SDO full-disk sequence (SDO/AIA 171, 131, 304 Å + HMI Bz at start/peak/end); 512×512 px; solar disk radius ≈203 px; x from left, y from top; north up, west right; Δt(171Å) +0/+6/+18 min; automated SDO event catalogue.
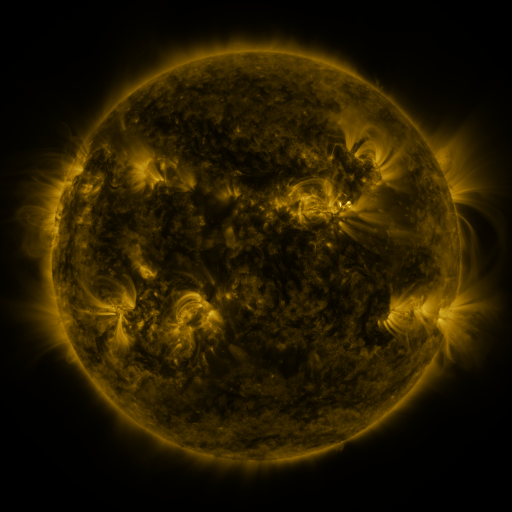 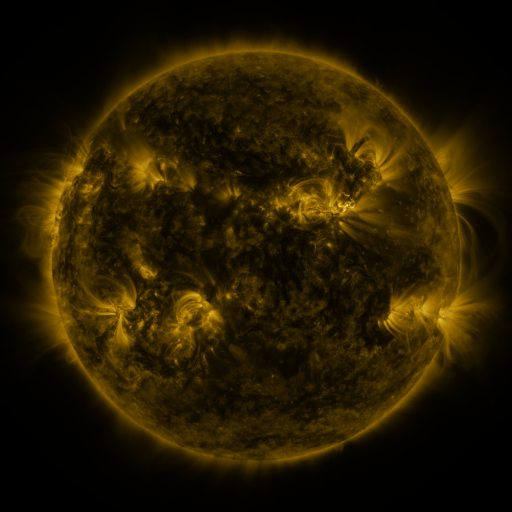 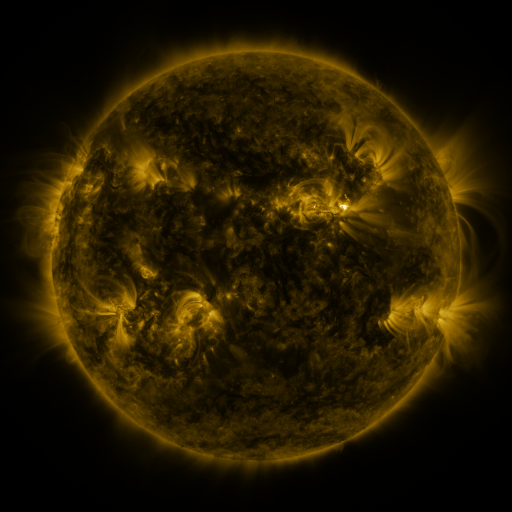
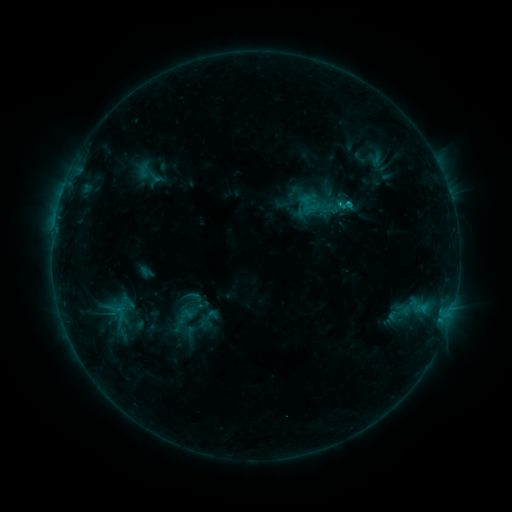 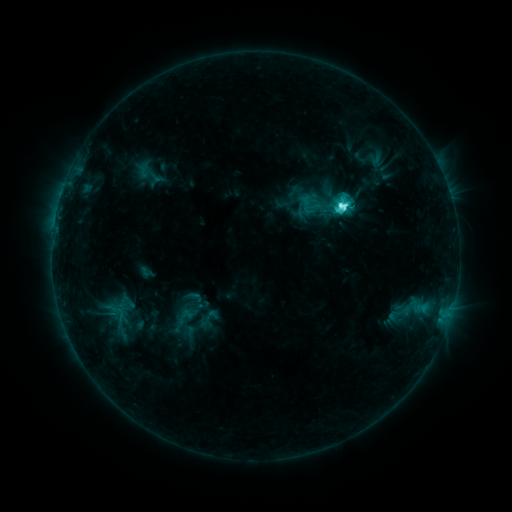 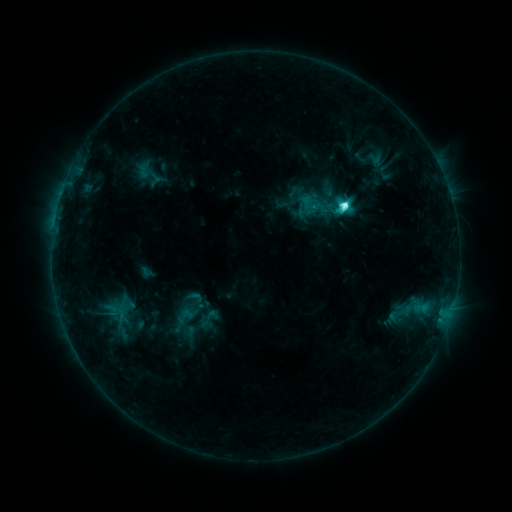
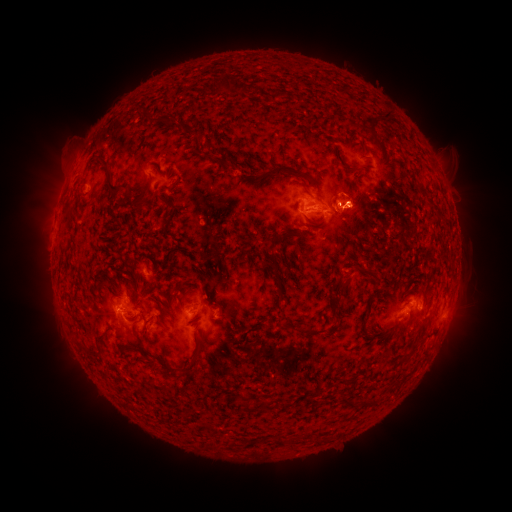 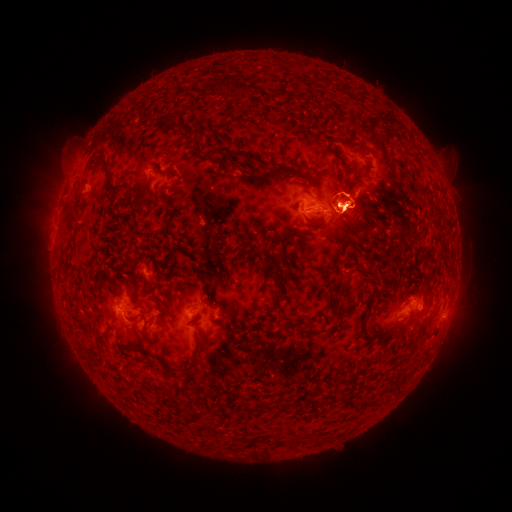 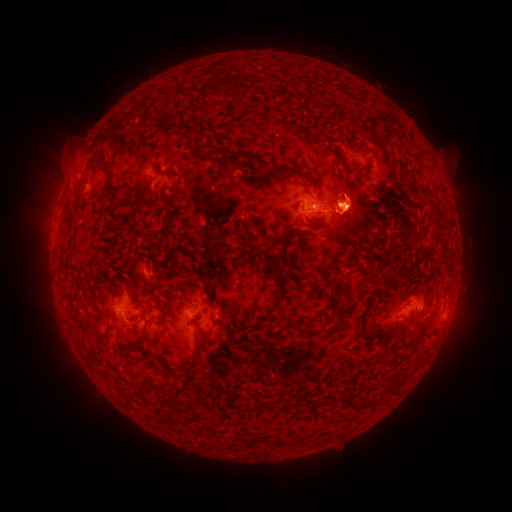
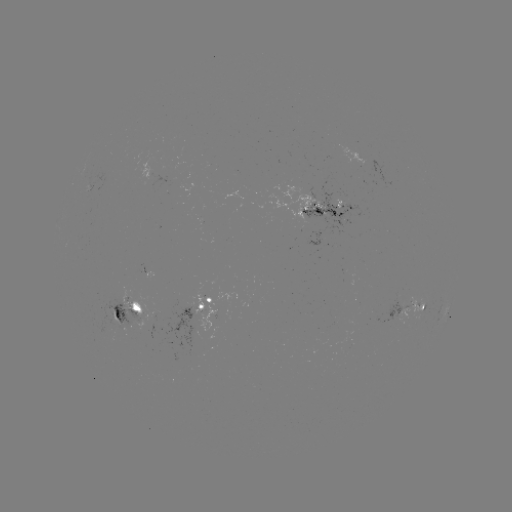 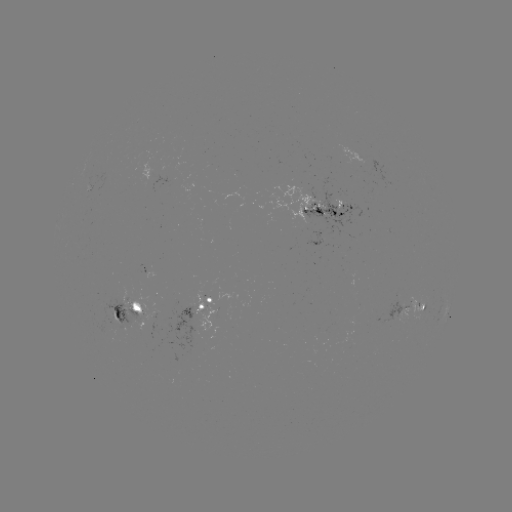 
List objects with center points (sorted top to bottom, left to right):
eruption: (347, 207)
